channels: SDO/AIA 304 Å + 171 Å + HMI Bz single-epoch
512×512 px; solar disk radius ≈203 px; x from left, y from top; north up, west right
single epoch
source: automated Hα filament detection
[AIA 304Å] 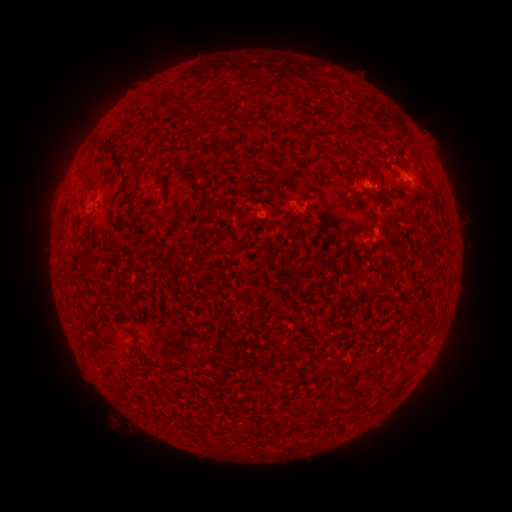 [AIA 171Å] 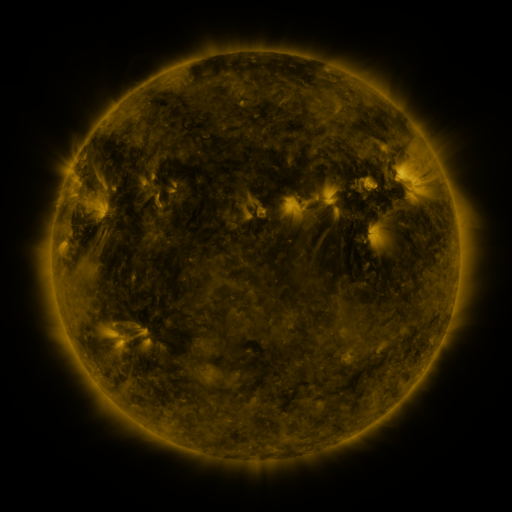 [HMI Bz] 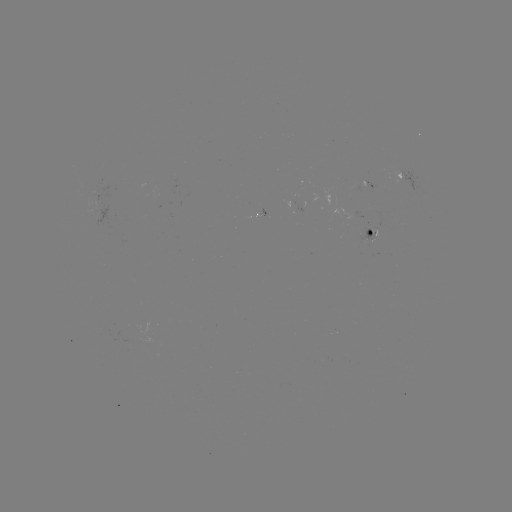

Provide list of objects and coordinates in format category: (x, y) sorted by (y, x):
filament: (201, 119)
filament: (246, 119)
filament: (356, 165)
filament: (121, 168)
filament: (380, 181)
filament: (388, 196)
filament: (352, 233)
filament: (99, 238)
filament: (351, 254)
